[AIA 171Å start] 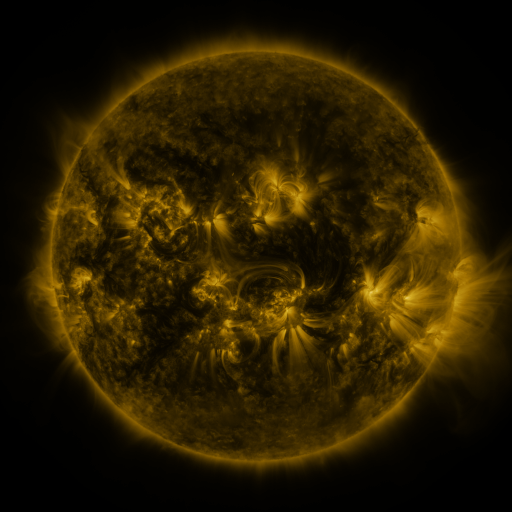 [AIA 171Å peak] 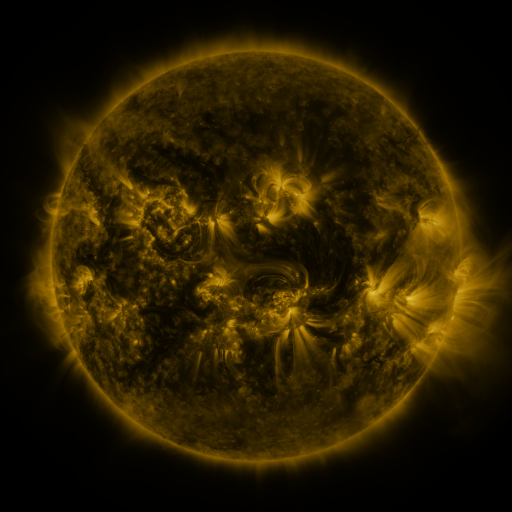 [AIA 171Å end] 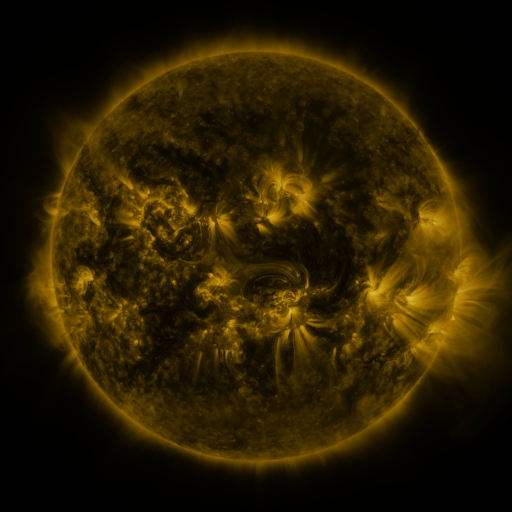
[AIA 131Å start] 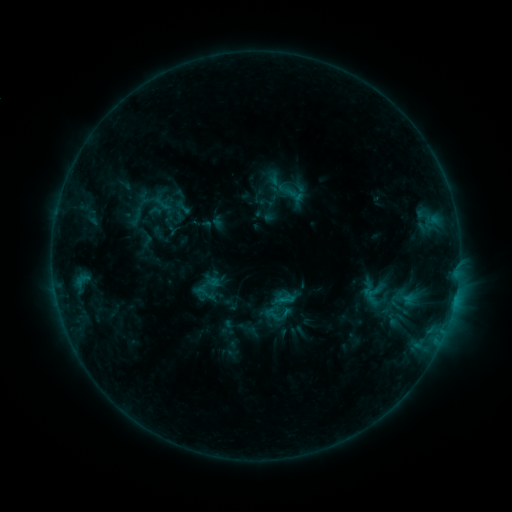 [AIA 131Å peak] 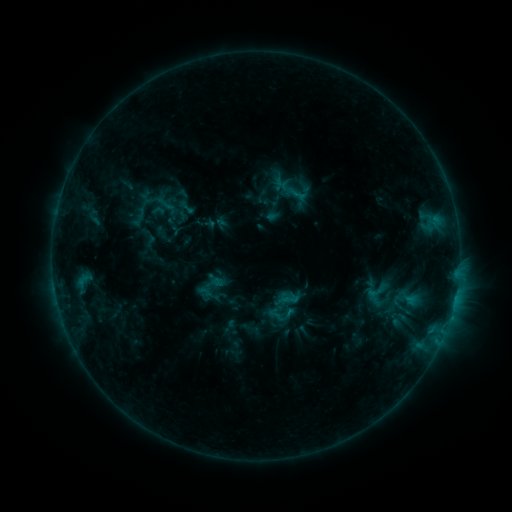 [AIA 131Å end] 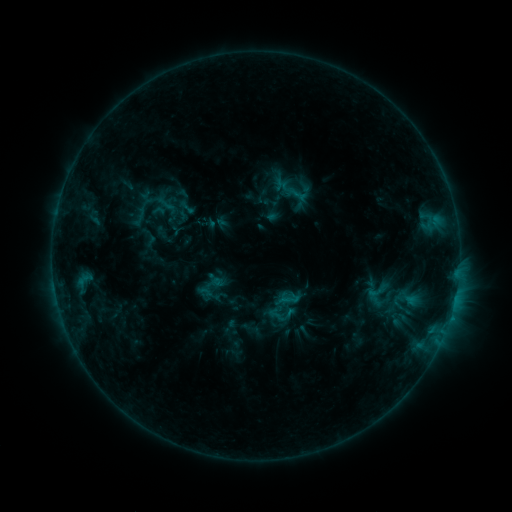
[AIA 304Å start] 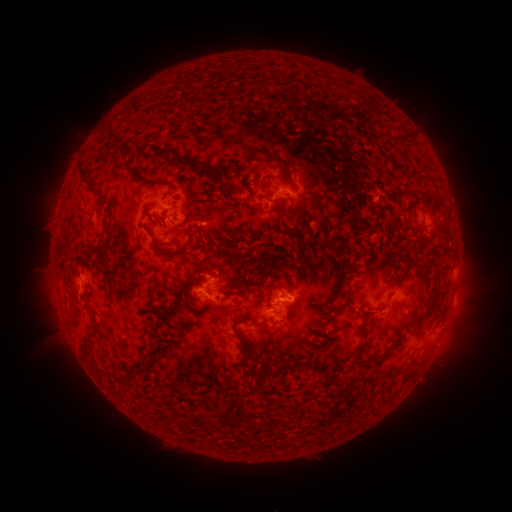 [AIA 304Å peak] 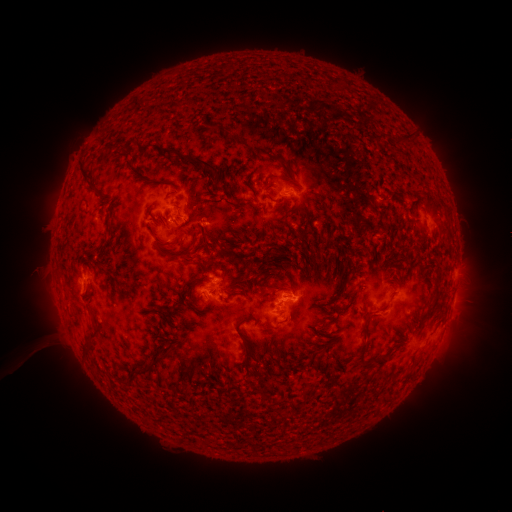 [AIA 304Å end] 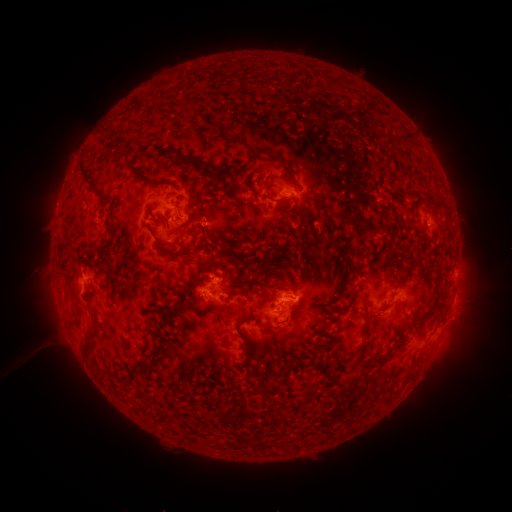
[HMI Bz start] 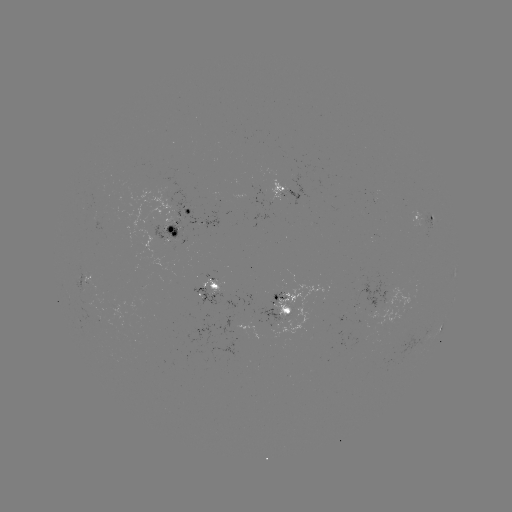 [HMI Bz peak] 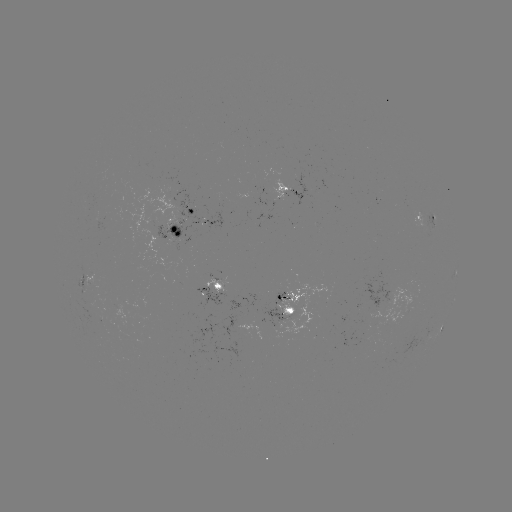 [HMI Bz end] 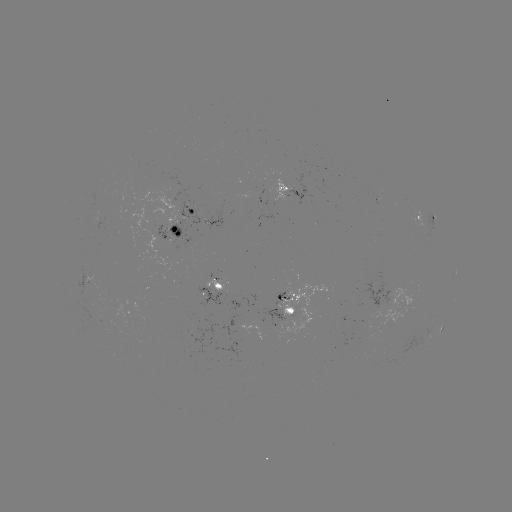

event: emerging-flux region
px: (282, 313)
